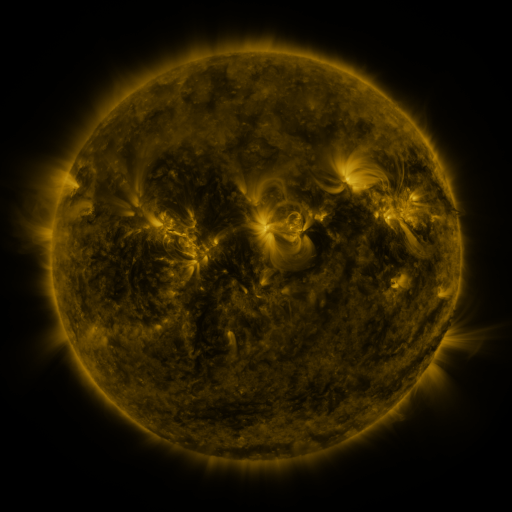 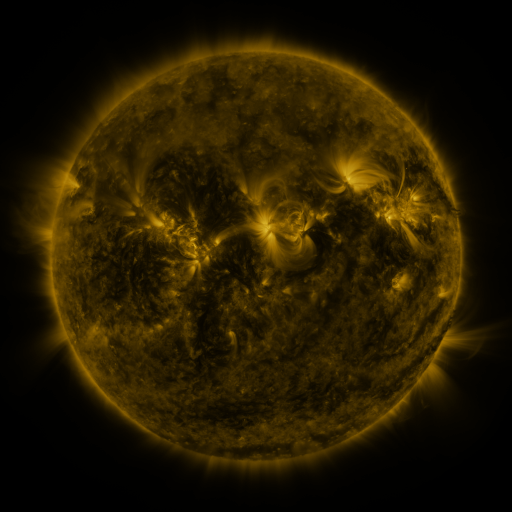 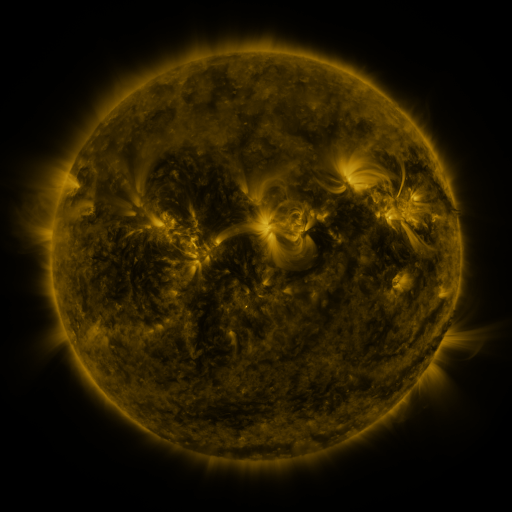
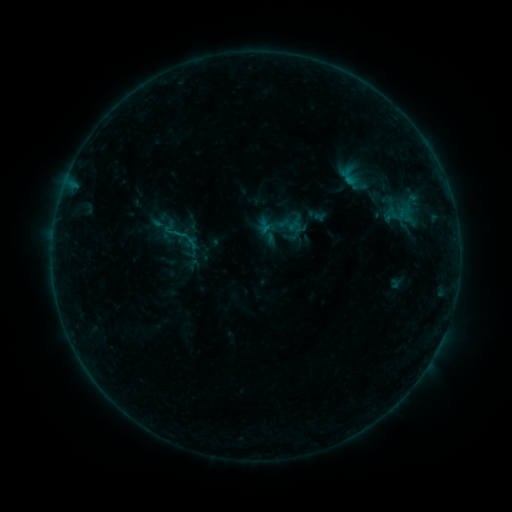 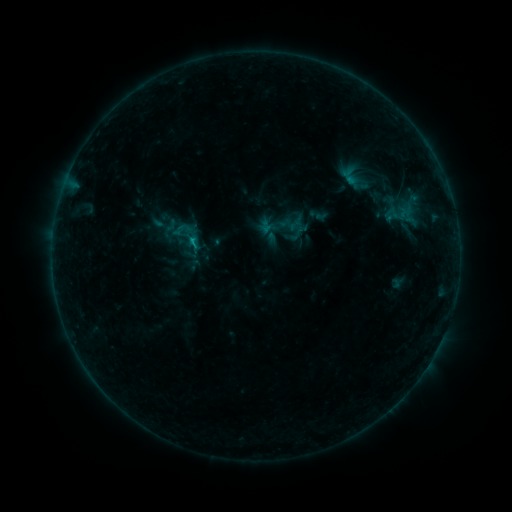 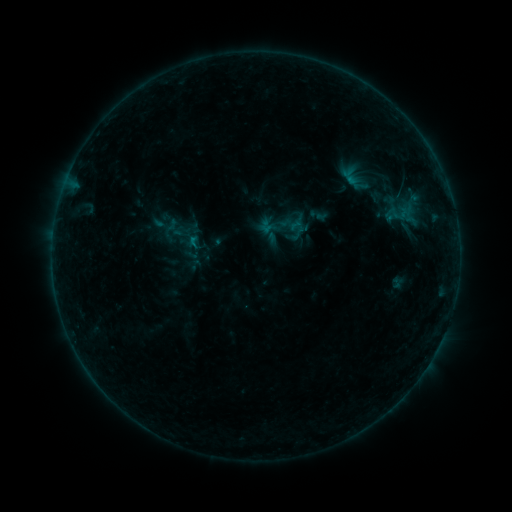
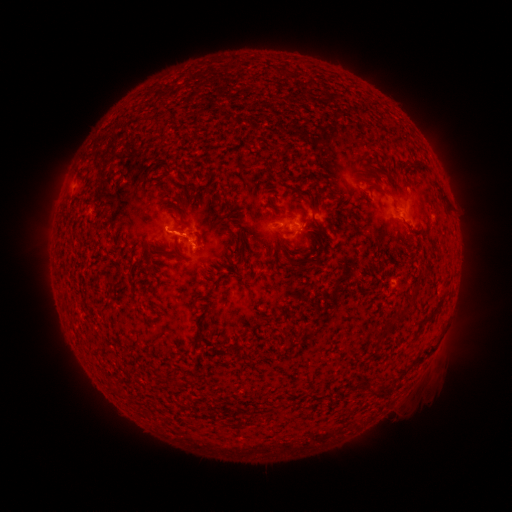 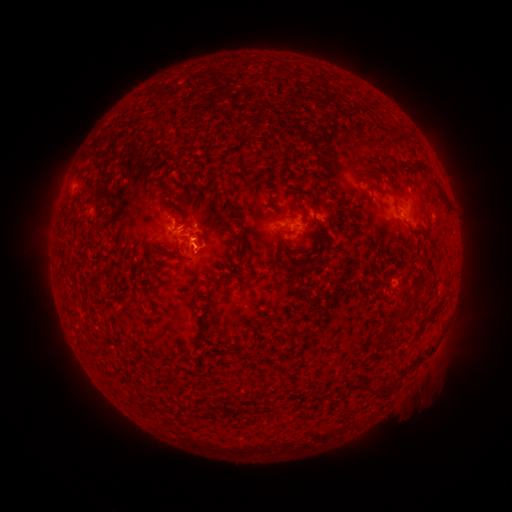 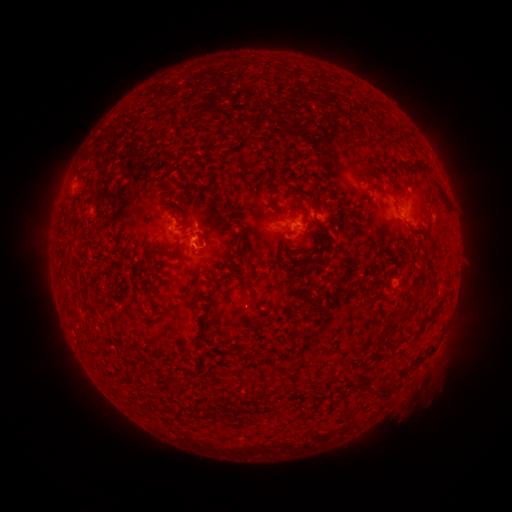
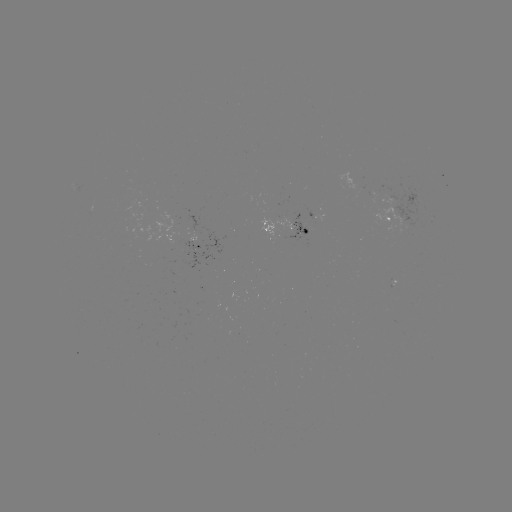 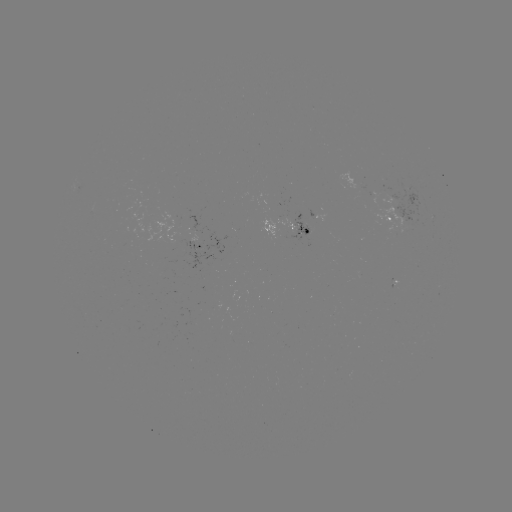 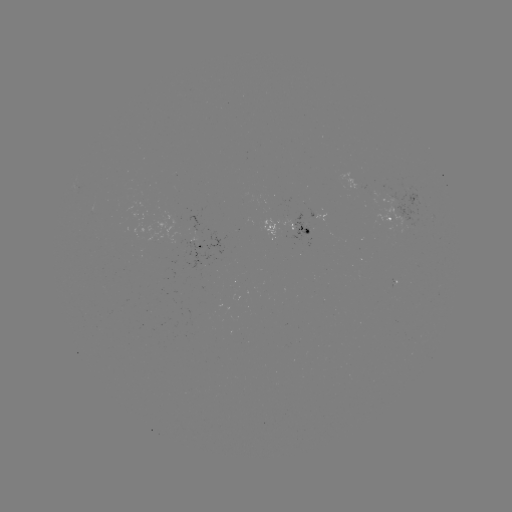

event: flare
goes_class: B6.3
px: (193, 242)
